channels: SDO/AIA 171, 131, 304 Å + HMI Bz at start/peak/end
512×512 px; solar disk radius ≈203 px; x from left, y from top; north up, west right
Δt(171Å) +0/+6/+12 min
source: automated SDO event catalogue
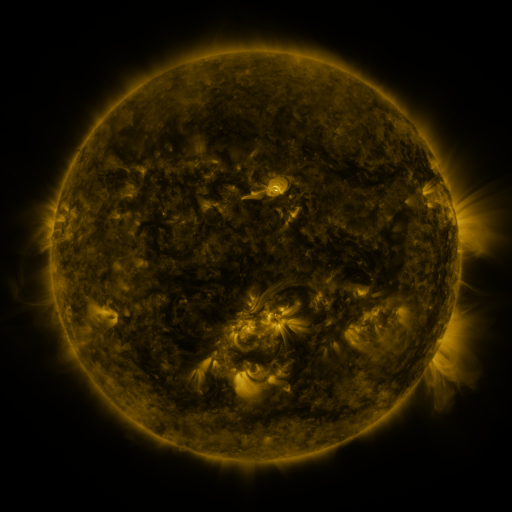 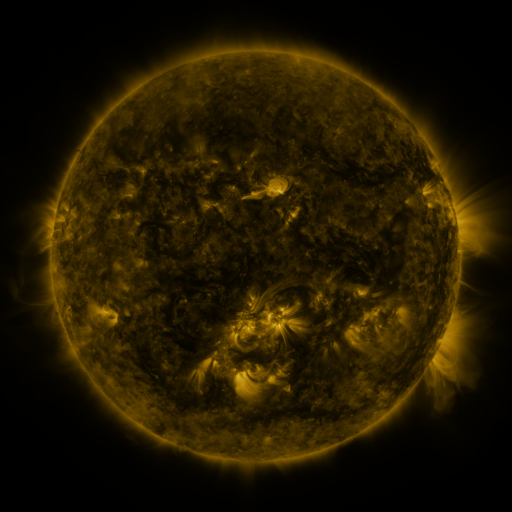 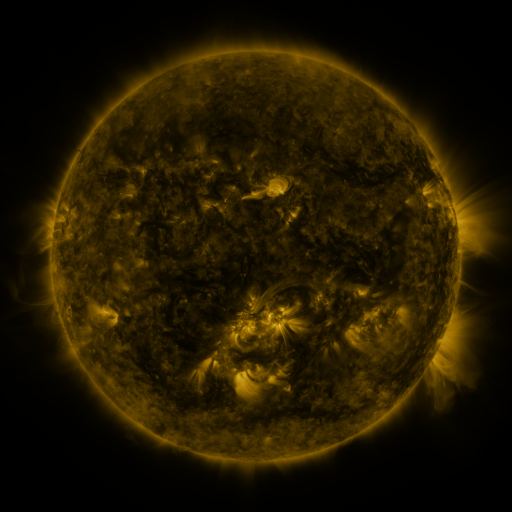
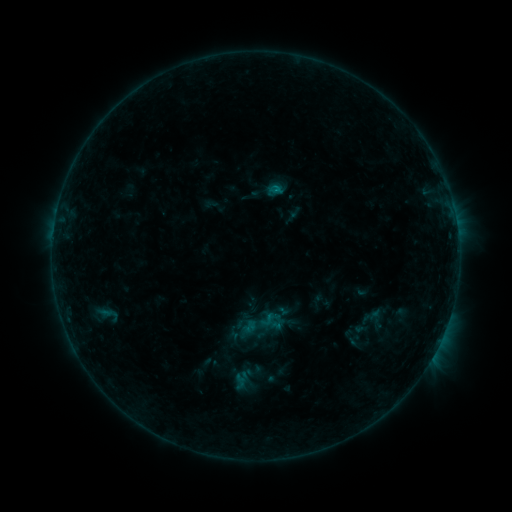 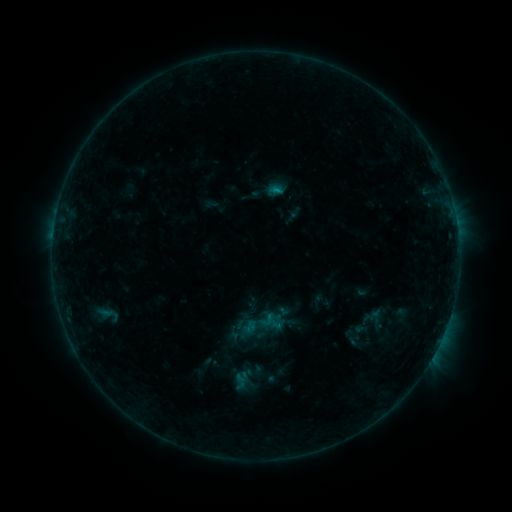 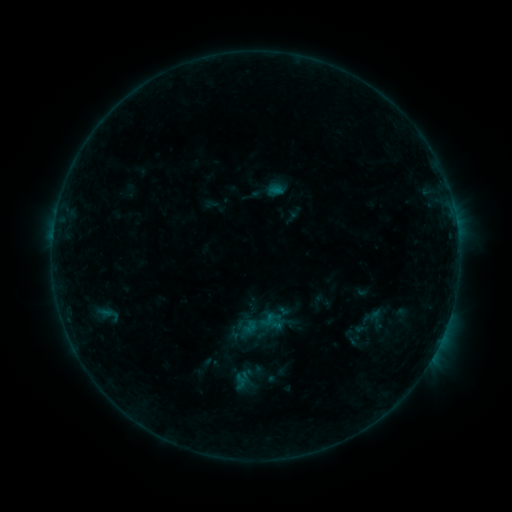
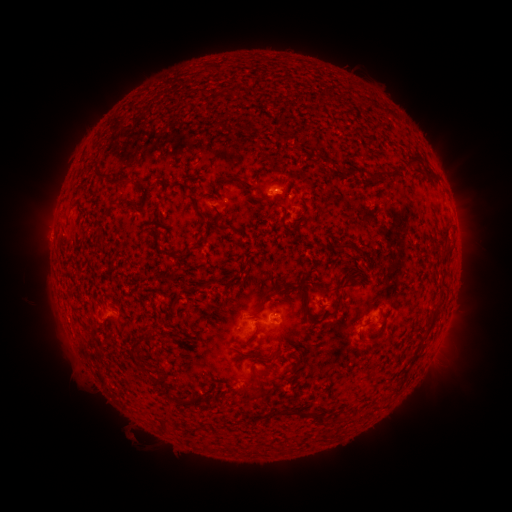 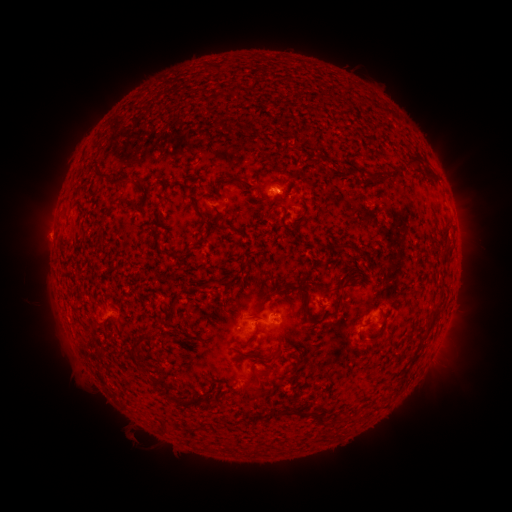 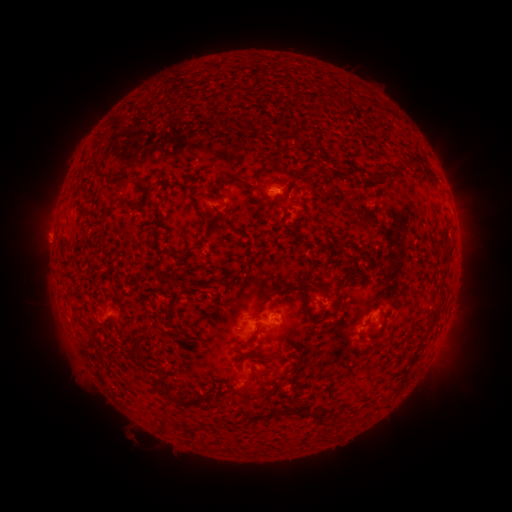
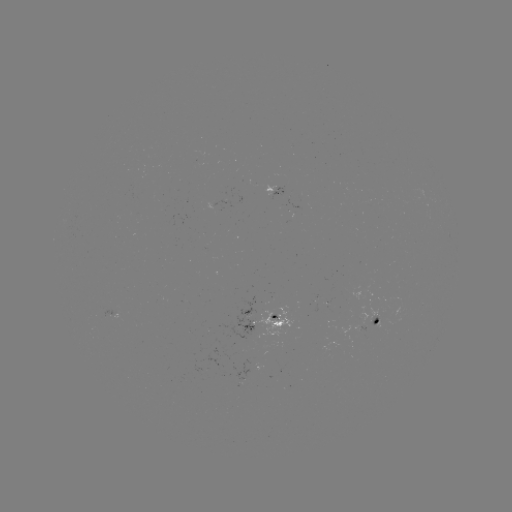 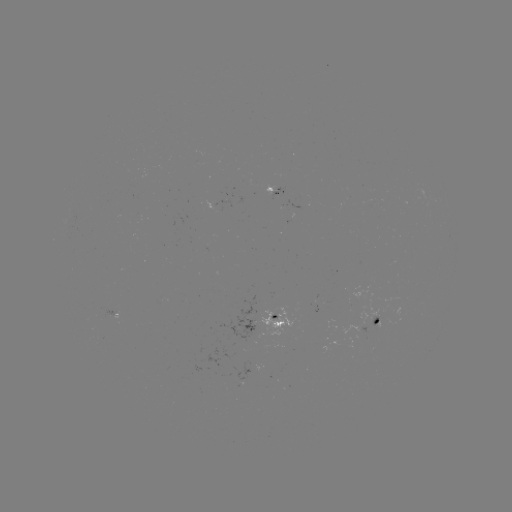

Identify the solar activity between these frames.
B3.4 flare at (276, 195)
